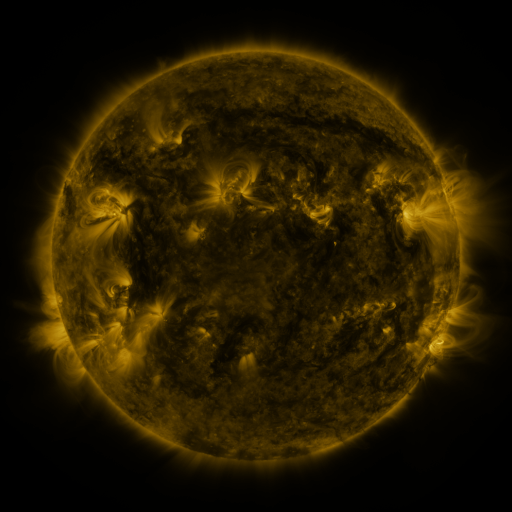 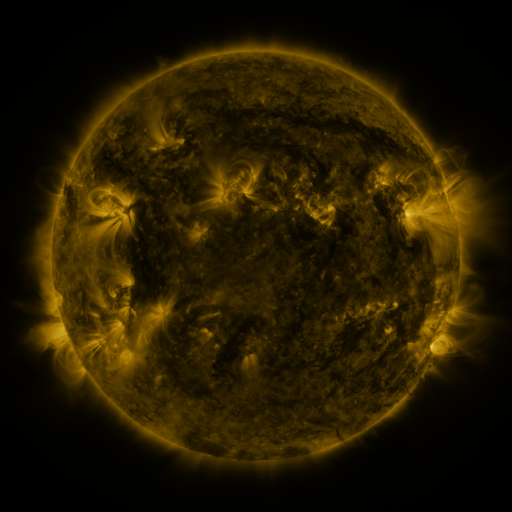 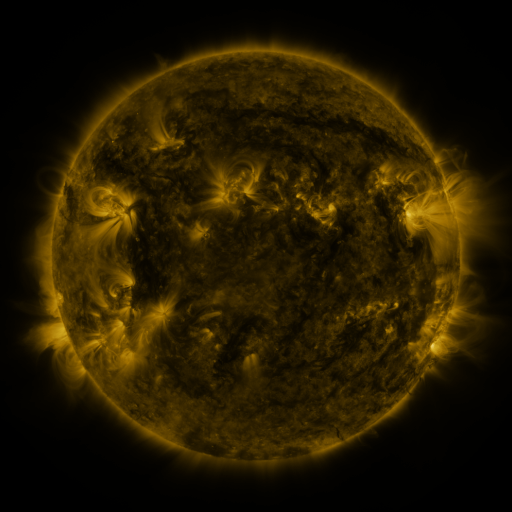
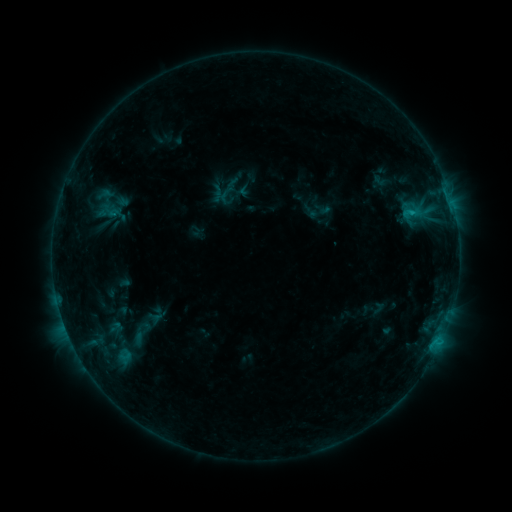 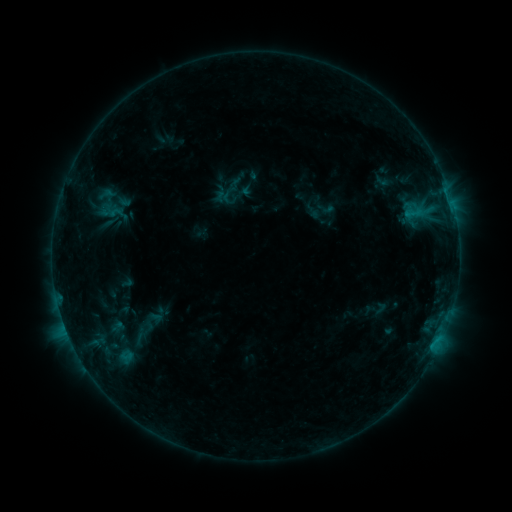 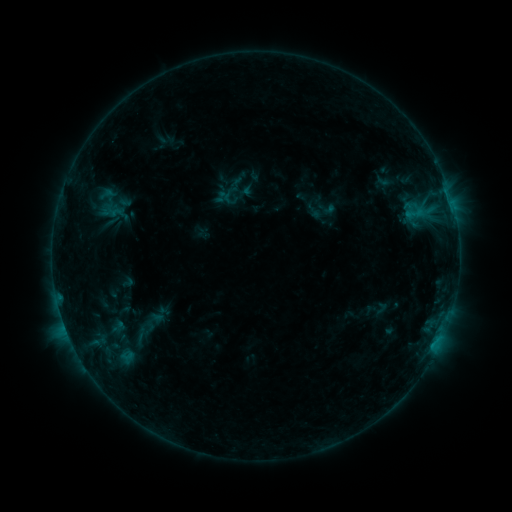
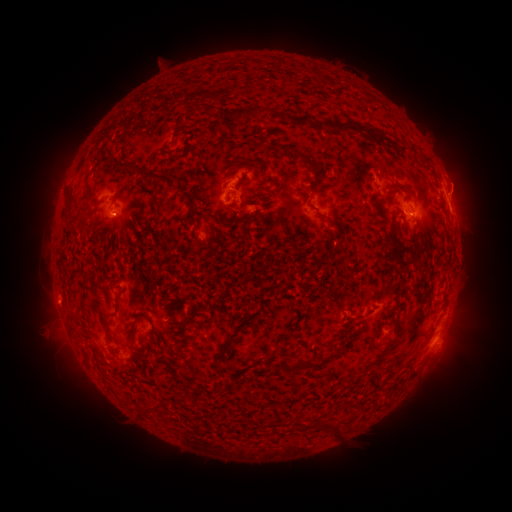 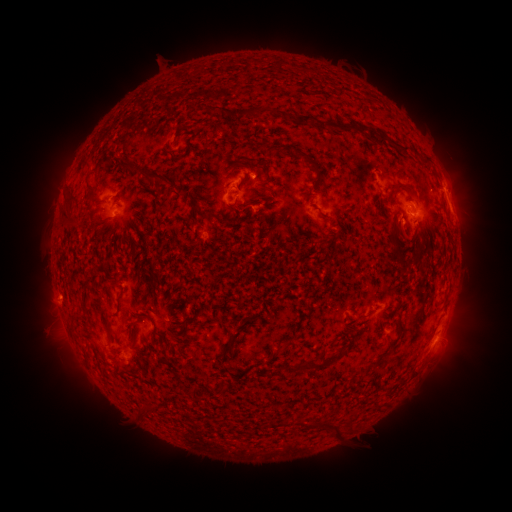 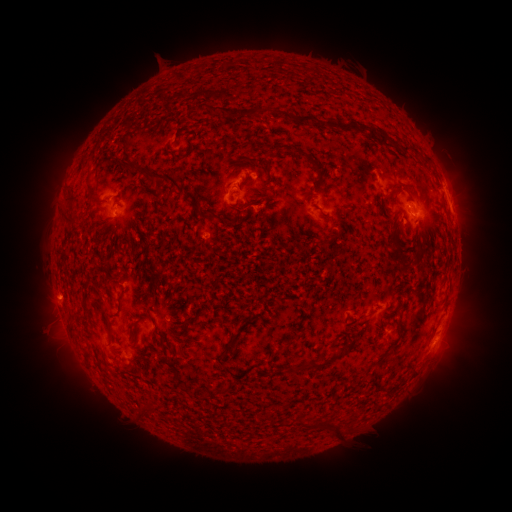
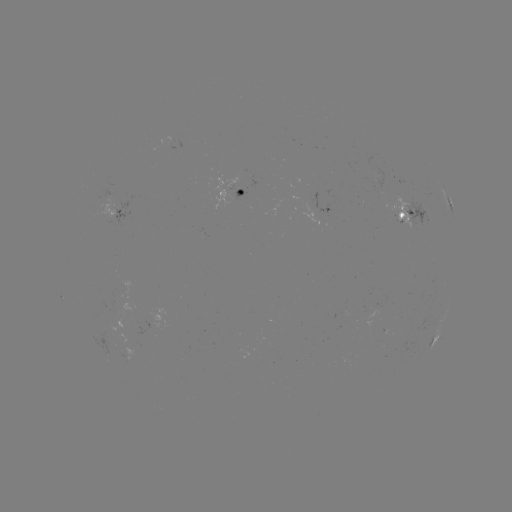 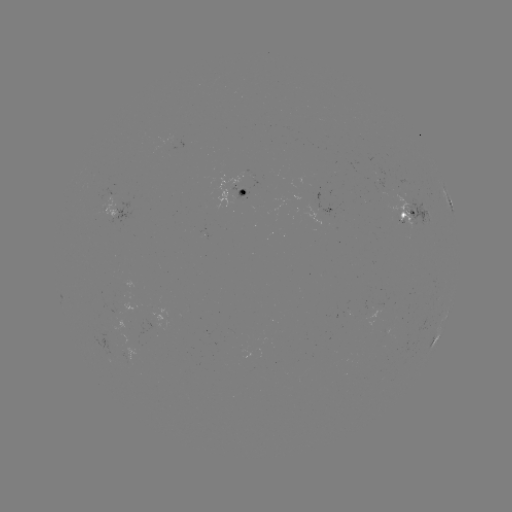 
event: emerging-flux region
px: (262, 357)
